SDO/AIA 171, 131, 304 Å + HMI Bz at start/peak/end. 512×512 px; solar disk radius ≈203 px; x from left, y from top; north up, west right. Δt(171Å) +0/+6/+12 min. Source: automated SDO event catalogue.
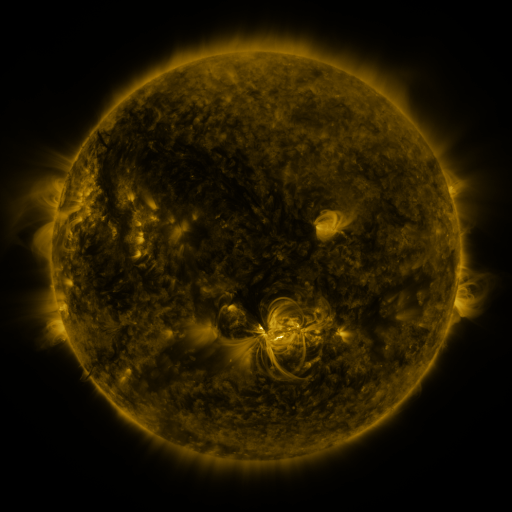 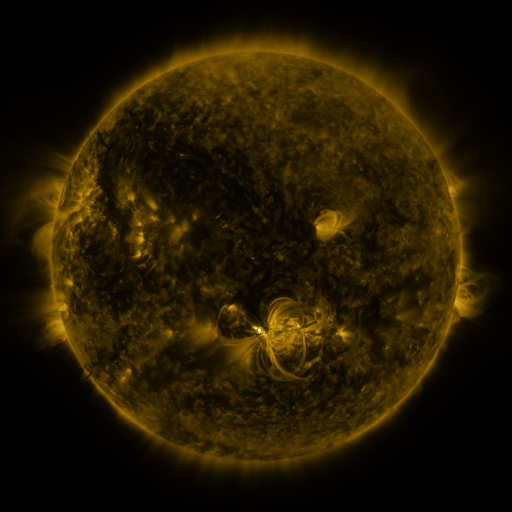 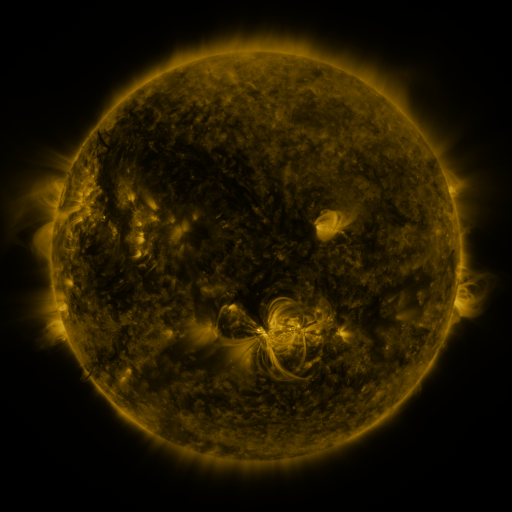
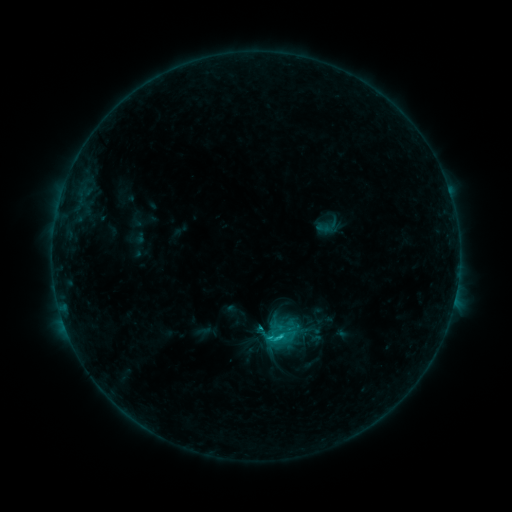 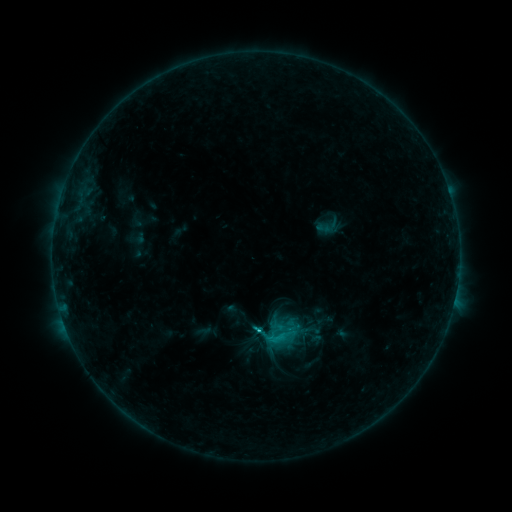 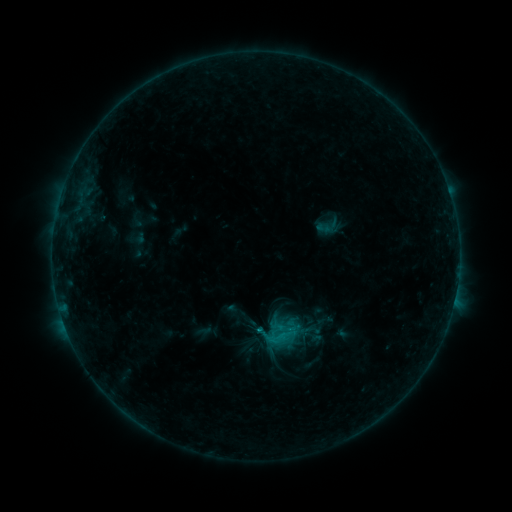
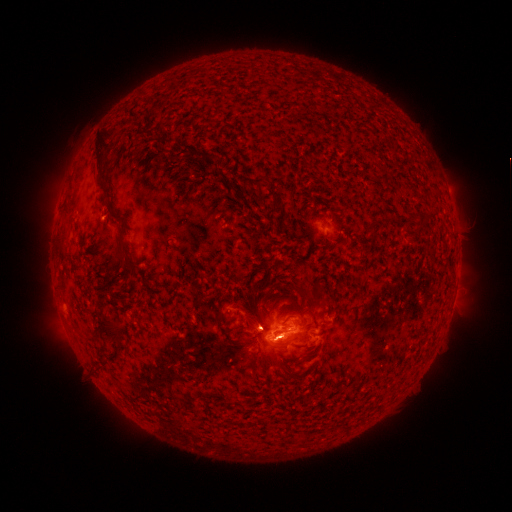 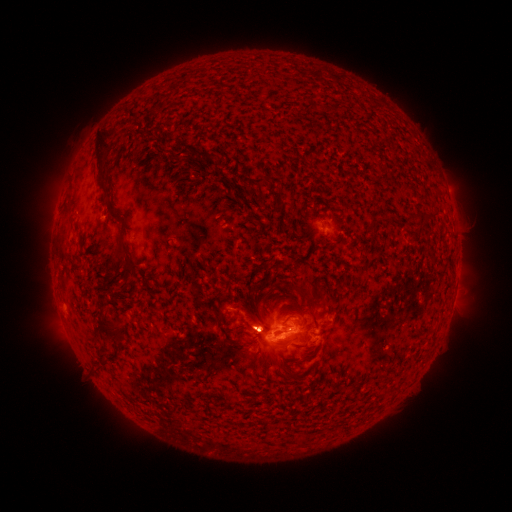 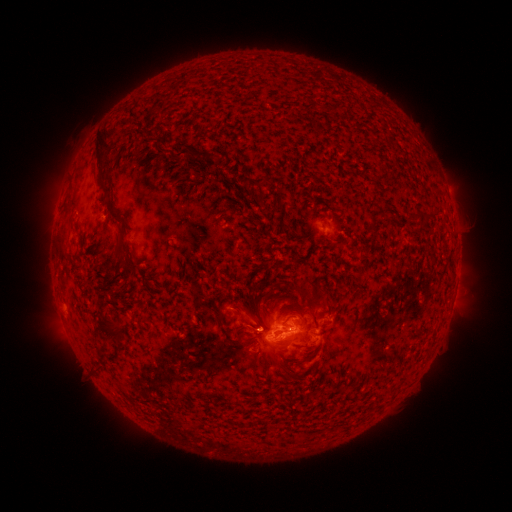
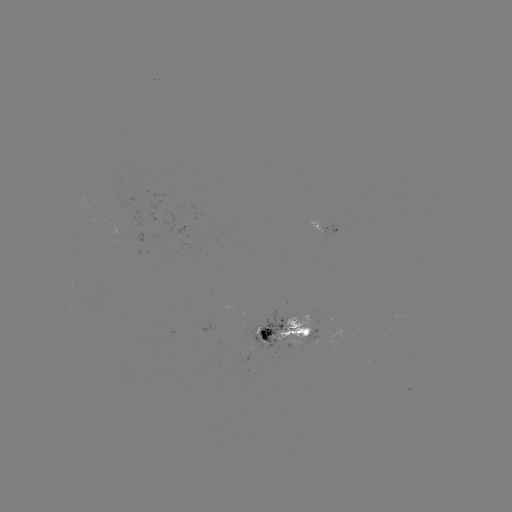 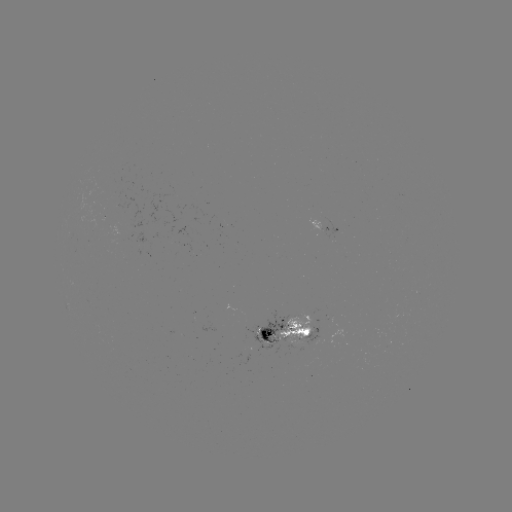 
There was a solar flare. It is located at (256, 329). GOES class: C1.6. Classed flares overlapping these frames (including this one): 1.